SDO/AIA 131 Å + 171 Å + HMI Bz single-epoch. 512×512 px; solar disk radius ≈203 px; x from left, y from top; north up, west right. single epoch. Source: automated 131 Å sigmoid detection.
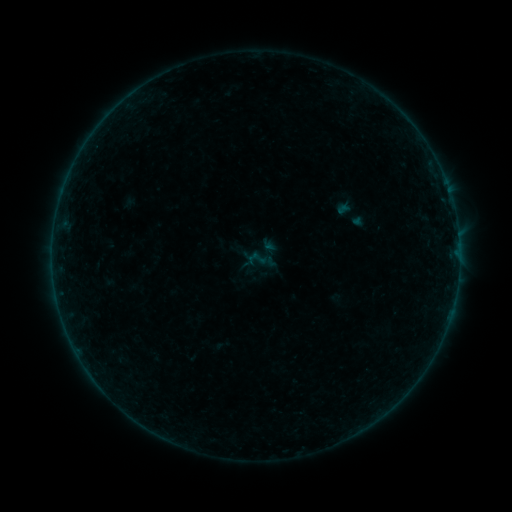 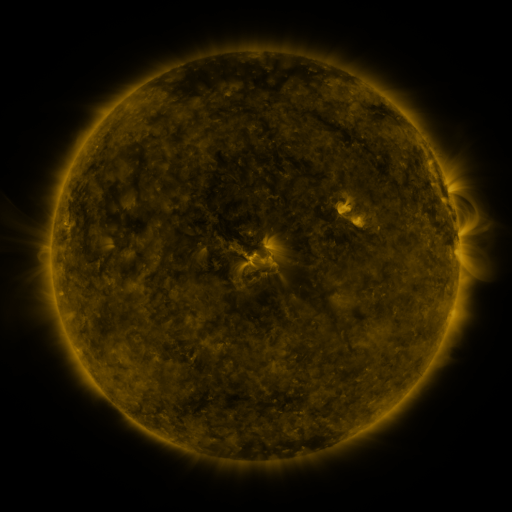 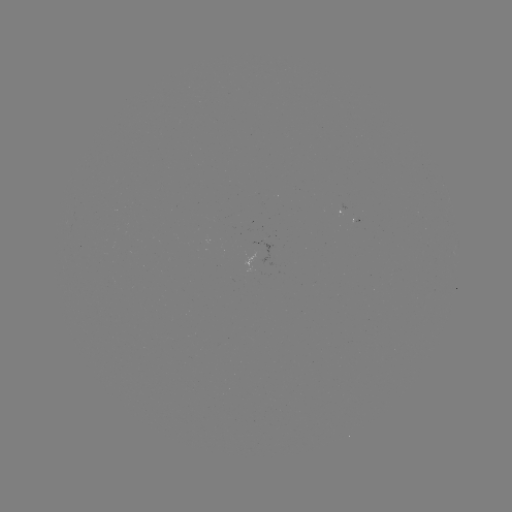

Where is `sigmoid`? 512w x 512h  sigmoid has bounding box [327, 196, 374, 232].